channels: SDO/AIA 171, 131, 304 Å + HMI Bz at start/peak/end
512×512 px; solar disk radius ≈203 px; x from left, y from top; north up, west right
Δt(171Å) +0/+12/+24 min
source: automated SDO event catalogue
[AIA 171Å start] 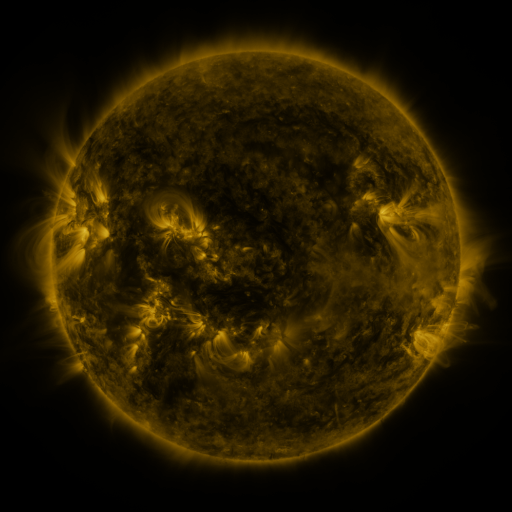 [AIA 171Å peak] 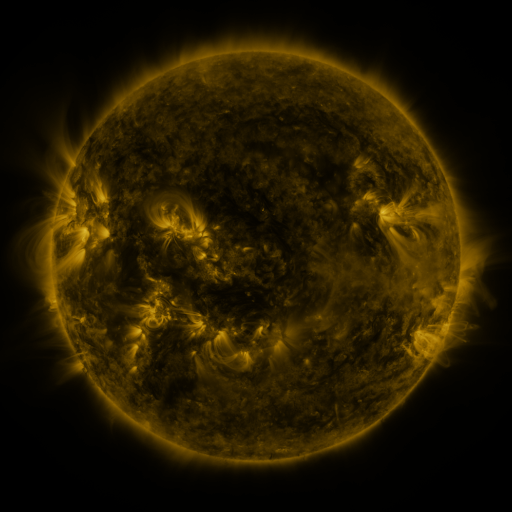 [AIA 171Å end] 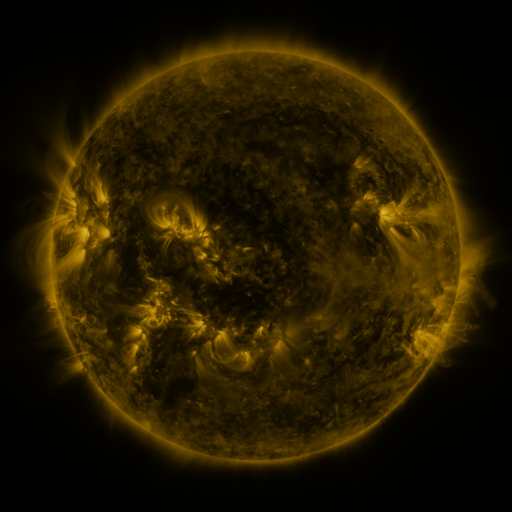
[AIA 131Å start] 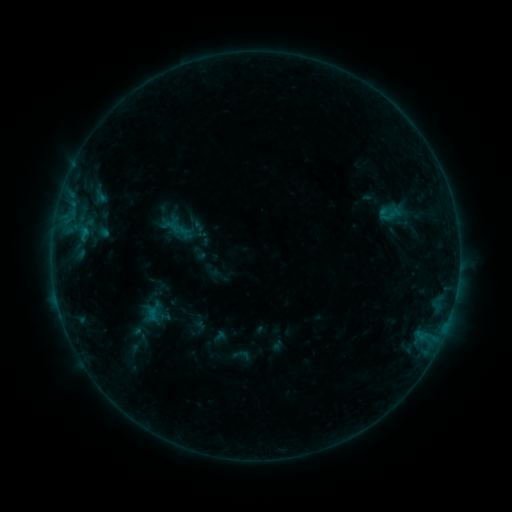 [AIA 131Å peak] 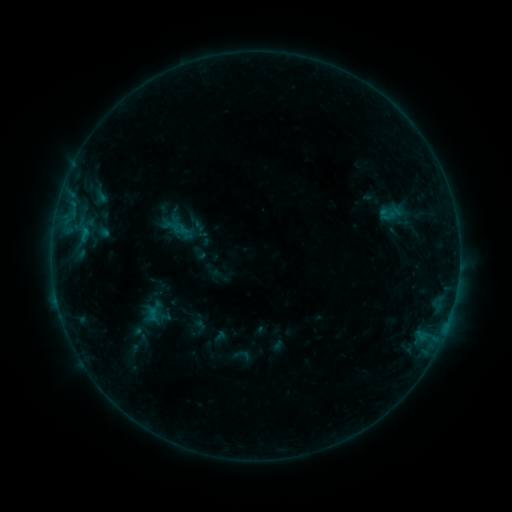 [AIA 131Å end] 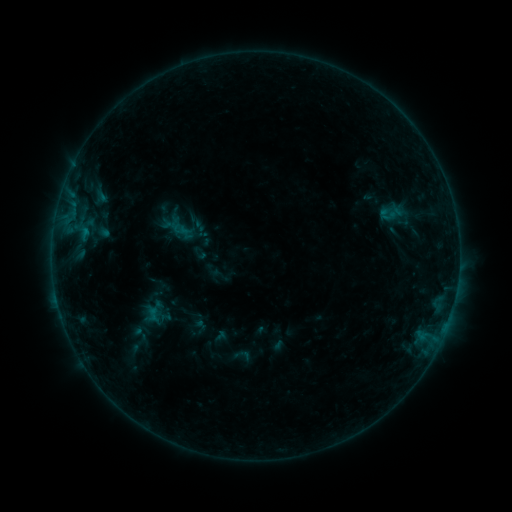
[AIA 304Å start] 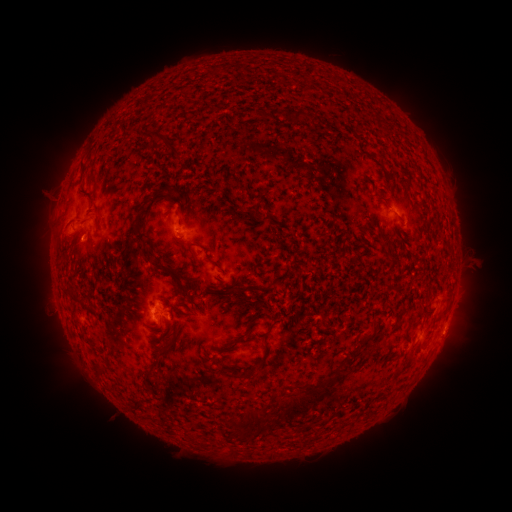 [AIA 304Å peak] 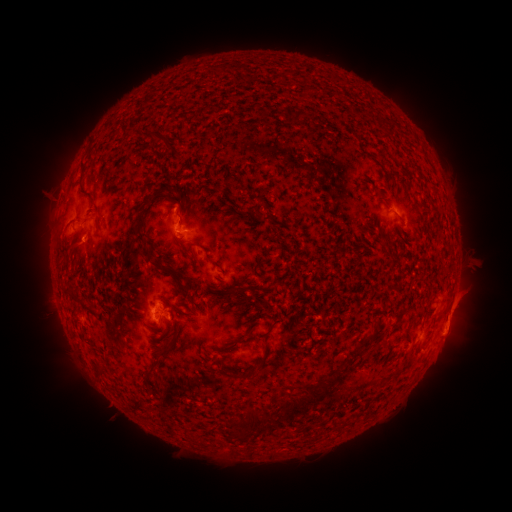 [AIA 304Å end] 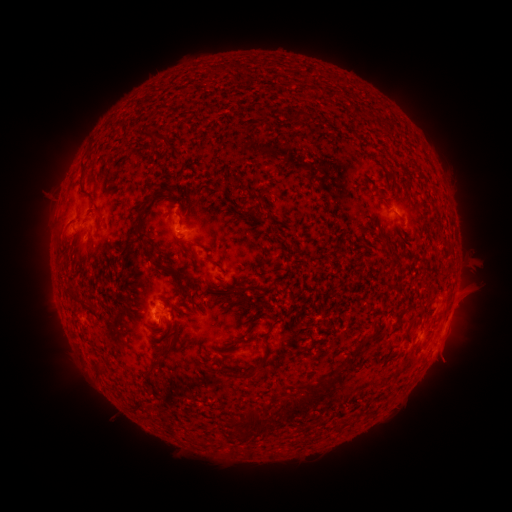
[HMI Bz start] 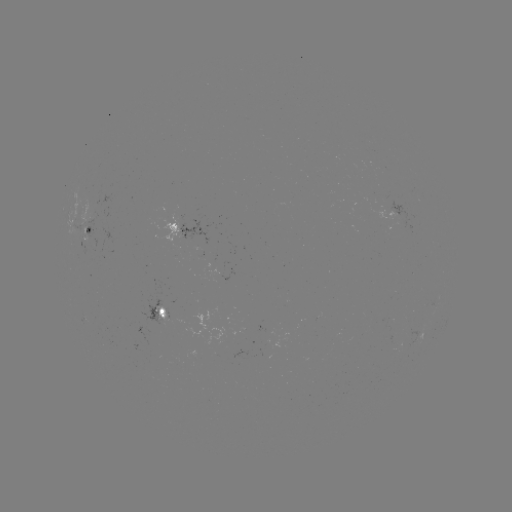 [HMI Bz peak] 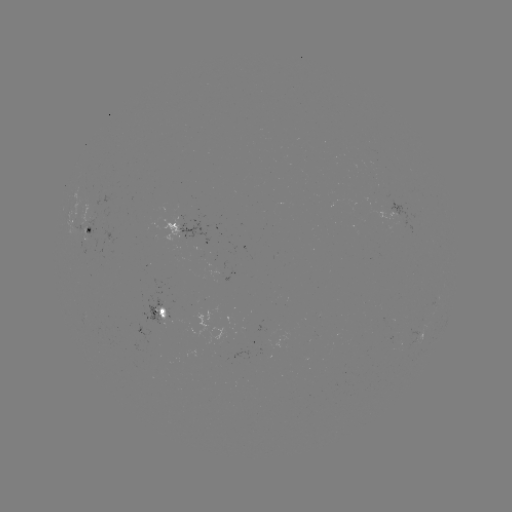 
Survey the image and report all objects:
eruption: (463, 306)
